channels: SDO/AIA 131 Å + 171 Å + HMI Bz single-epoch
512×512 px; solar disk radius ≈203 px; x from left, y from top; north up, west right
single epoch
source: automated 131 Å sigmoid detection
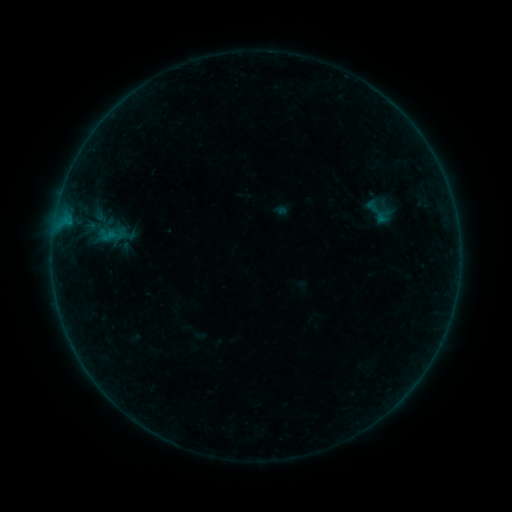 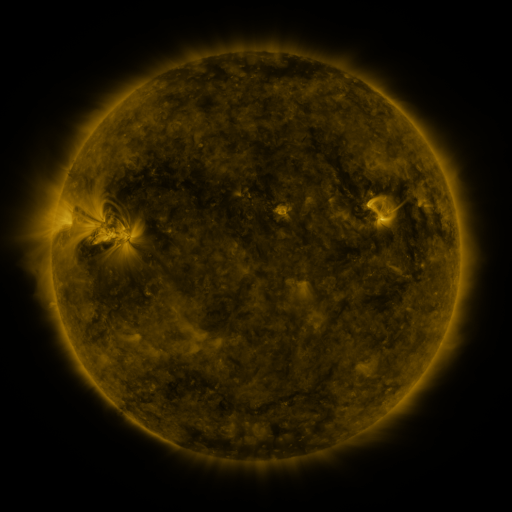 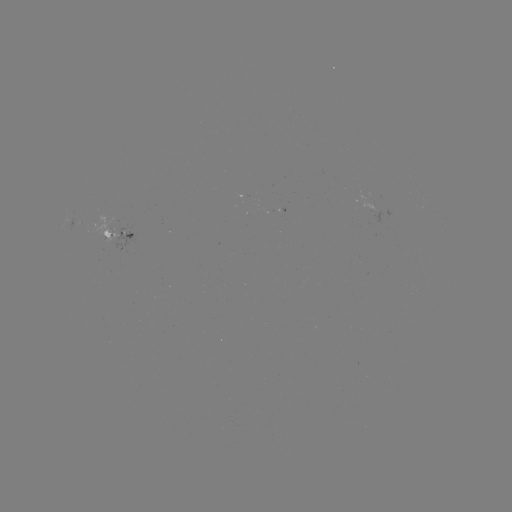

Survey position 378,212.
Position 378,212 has sigmoid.